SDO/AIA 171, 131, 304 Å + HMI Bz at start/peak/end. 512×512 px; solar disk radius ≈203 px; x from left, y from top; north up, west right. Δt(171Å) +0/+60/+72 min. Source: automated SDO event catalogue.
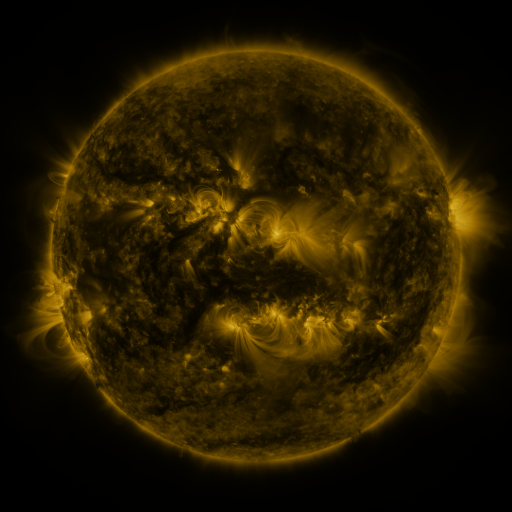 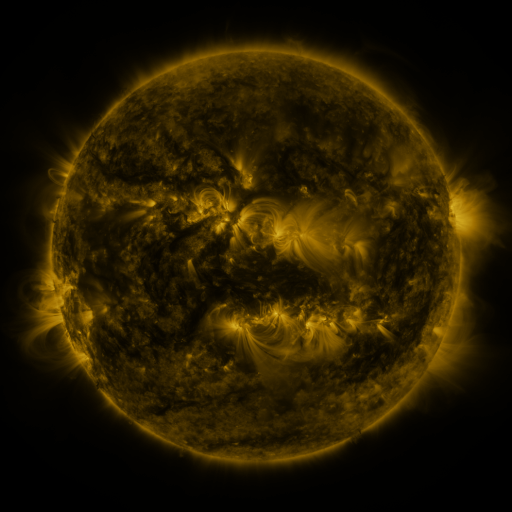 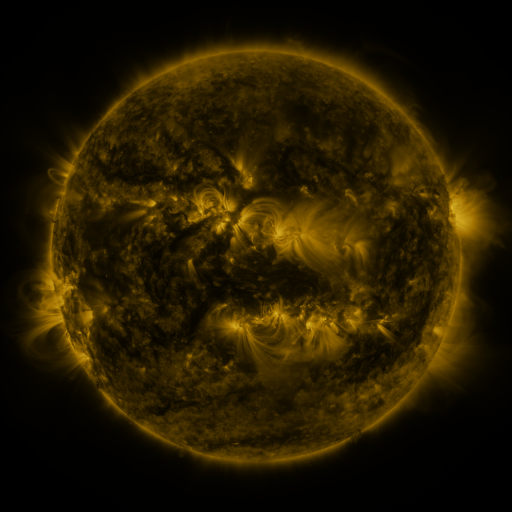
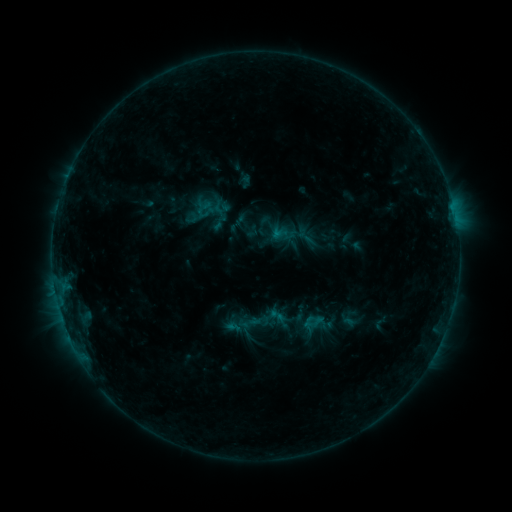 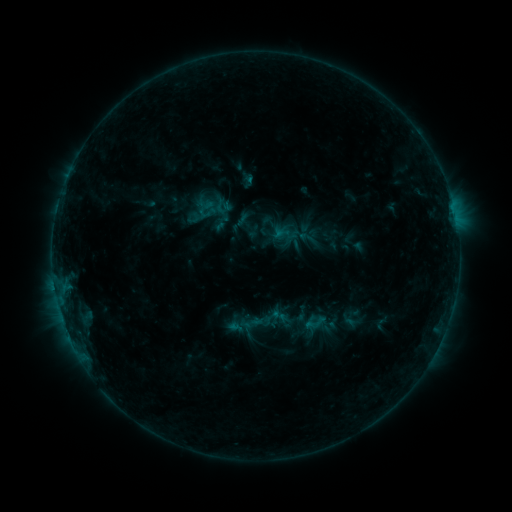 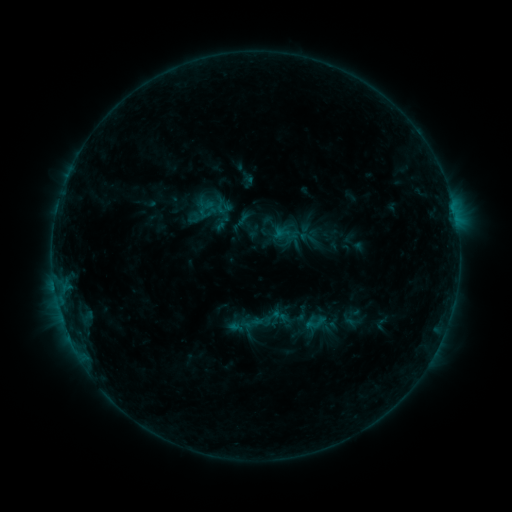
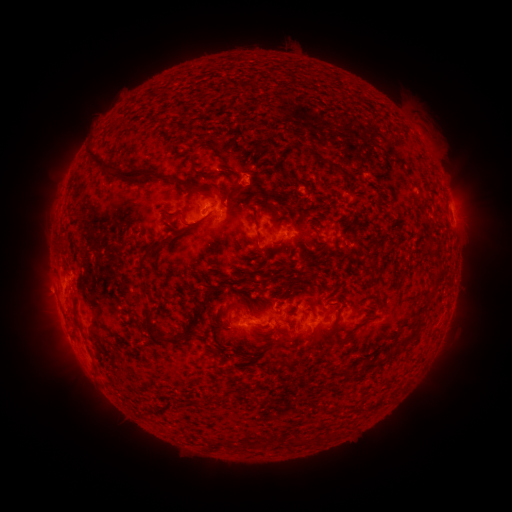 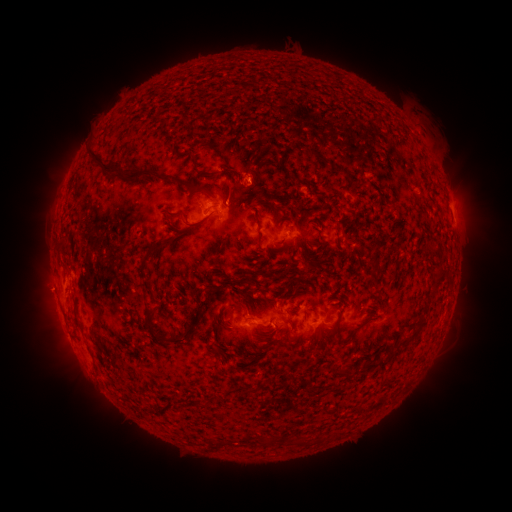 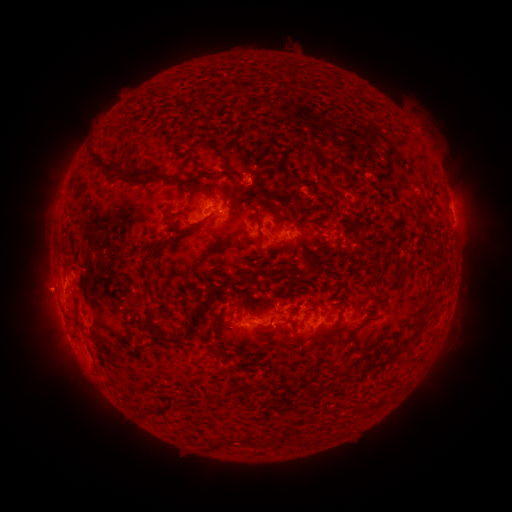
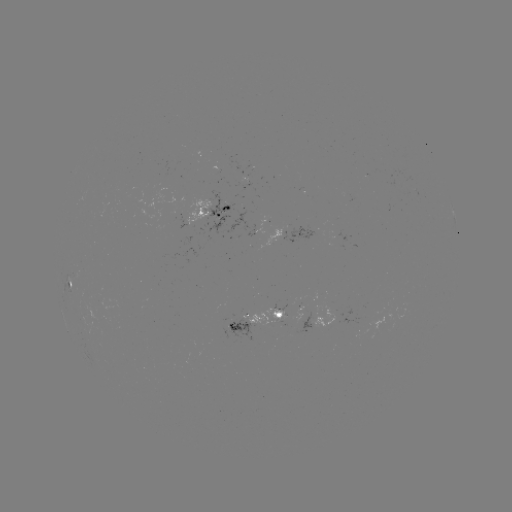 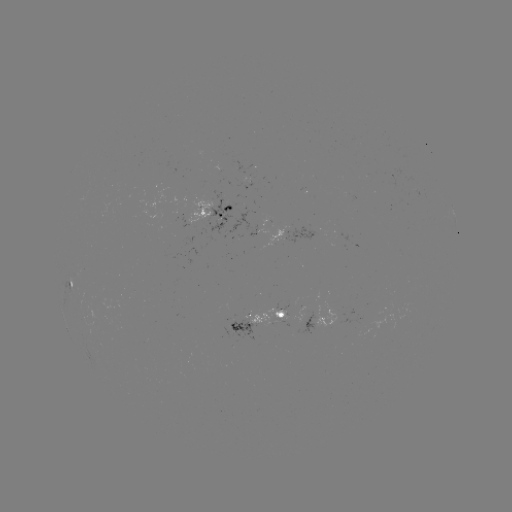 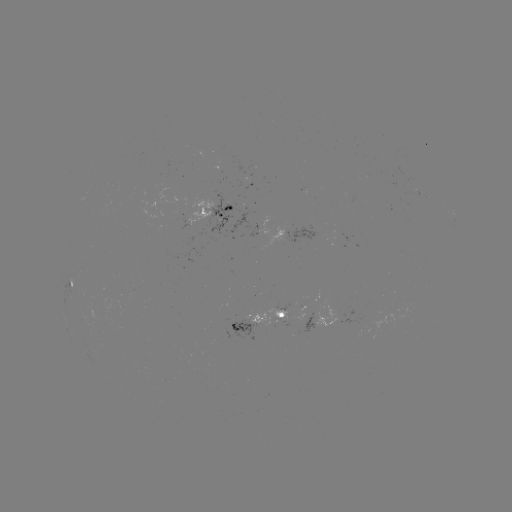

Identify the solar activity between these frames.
emerging-flux region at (280, 318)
